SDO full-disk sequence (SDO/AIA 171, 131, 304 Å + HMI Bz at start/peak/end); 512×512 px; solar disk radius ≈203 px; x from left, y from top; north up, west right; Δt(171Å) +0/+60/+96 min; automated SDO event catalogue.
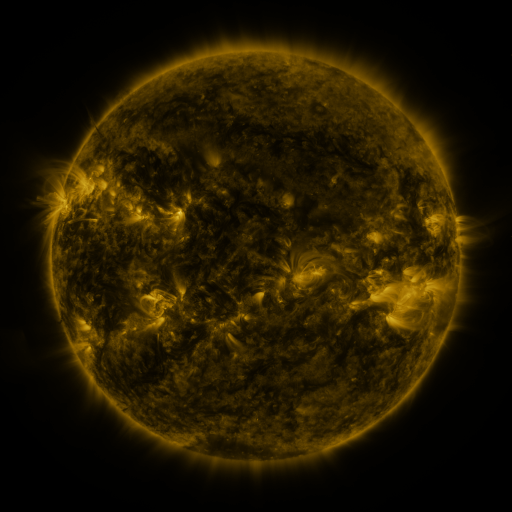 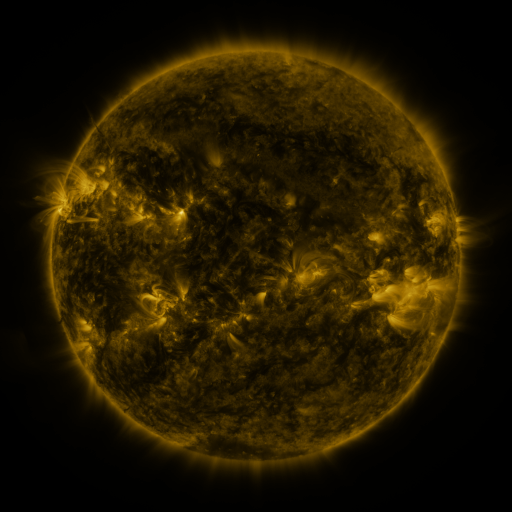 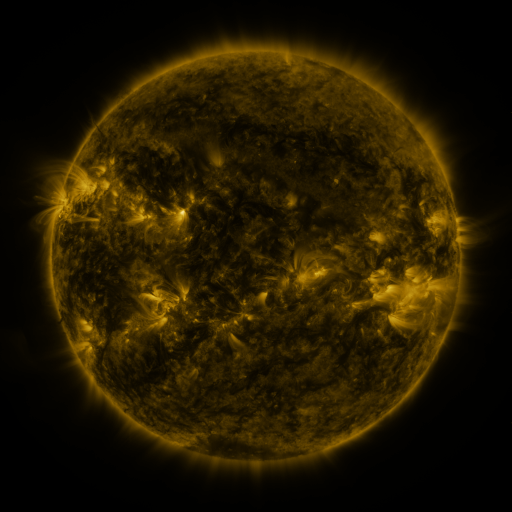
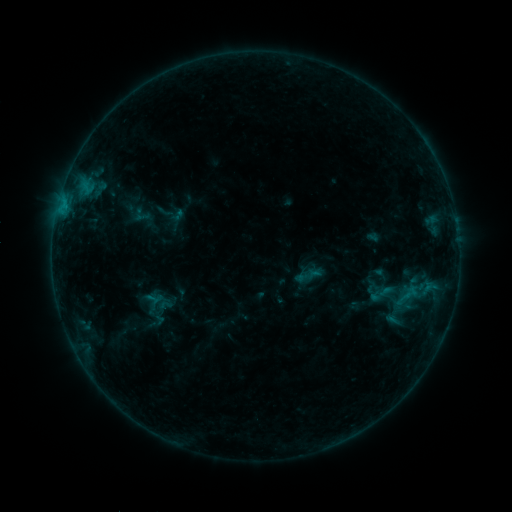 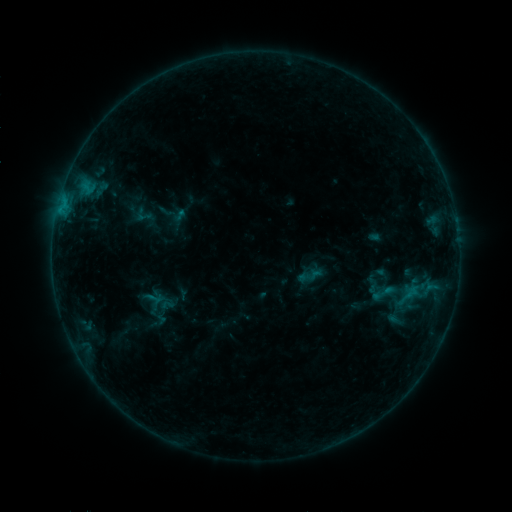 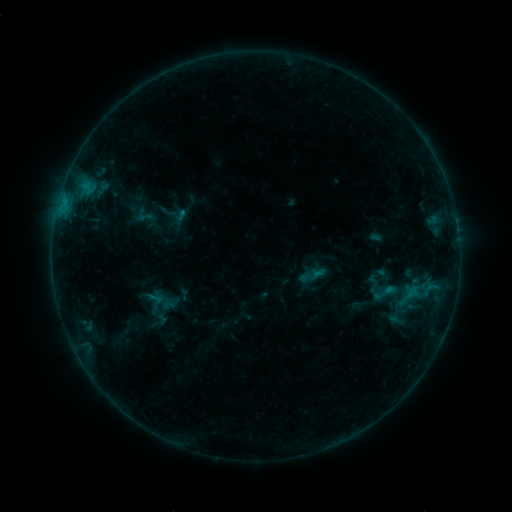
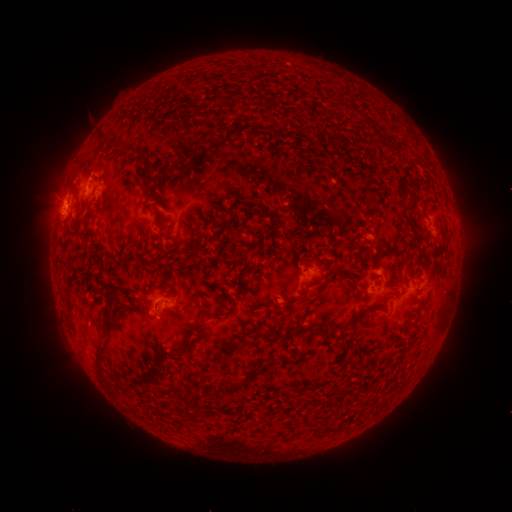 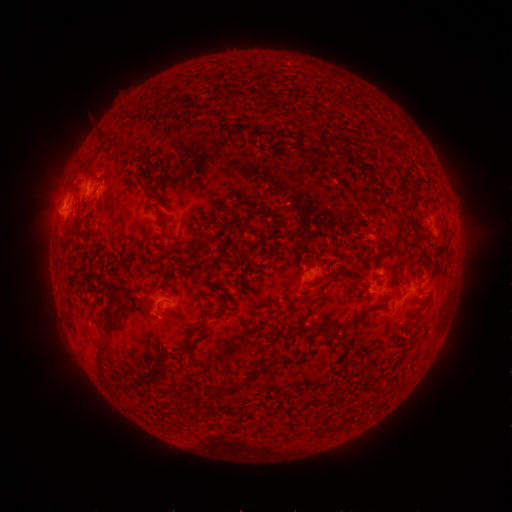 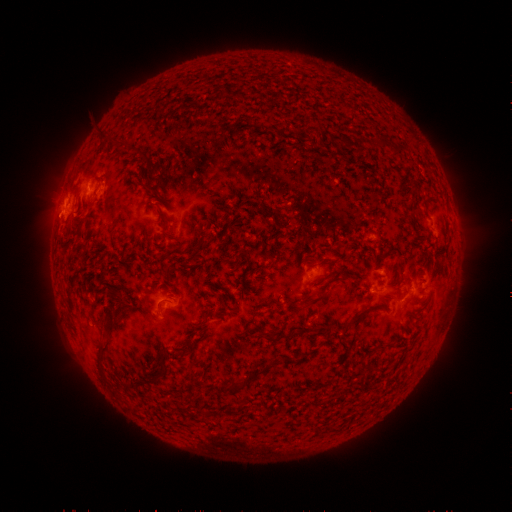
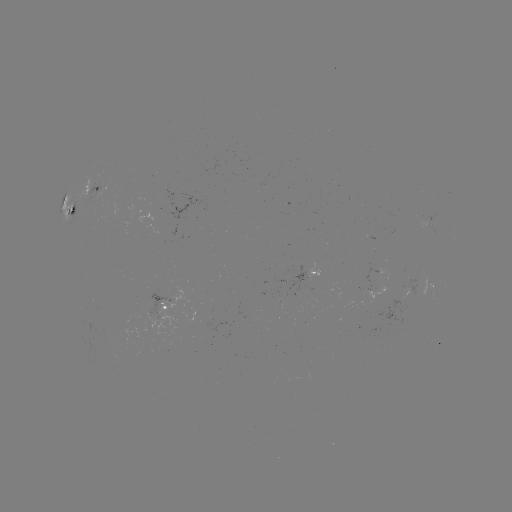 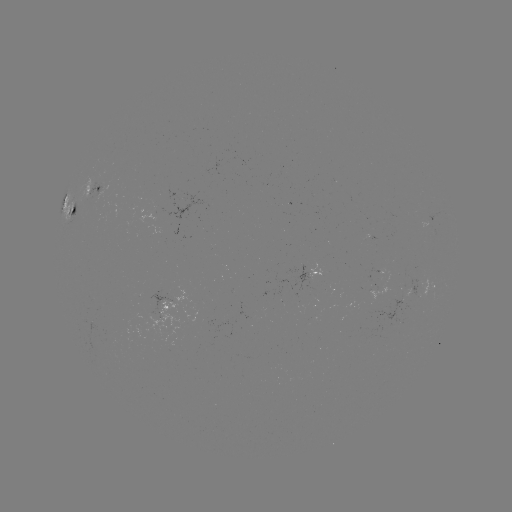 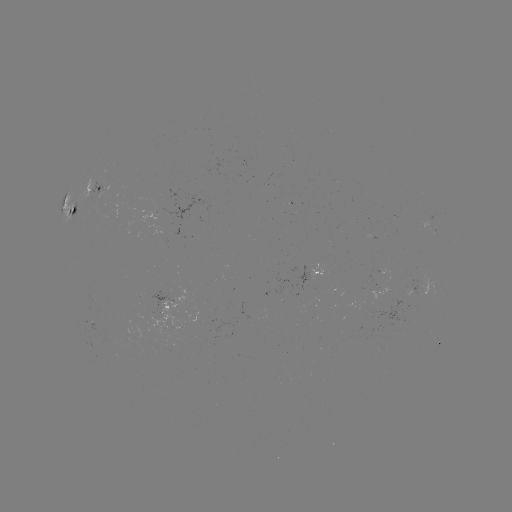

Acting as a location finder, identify emerging-flux region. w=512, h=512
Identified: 106,338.